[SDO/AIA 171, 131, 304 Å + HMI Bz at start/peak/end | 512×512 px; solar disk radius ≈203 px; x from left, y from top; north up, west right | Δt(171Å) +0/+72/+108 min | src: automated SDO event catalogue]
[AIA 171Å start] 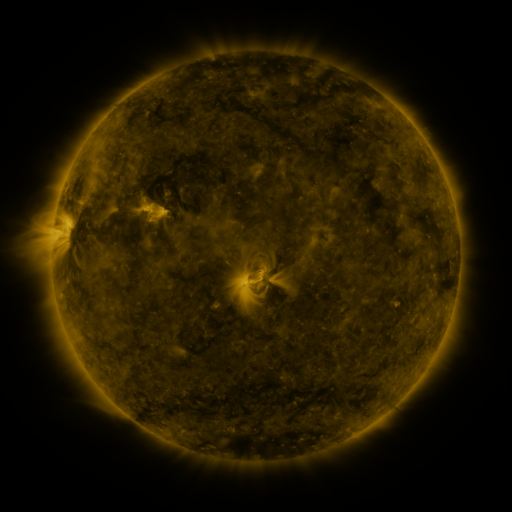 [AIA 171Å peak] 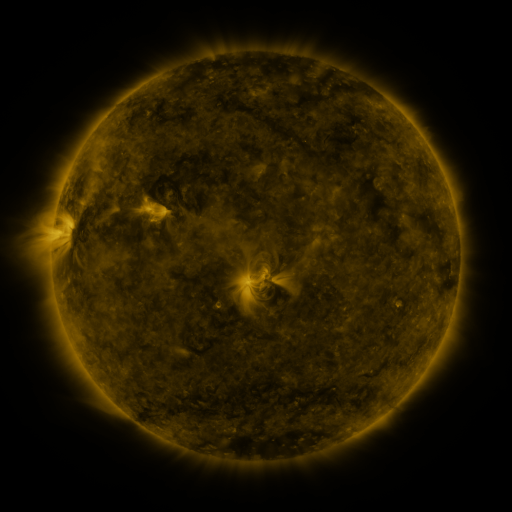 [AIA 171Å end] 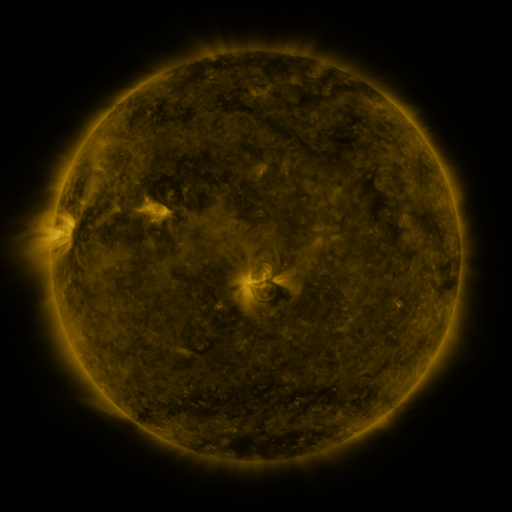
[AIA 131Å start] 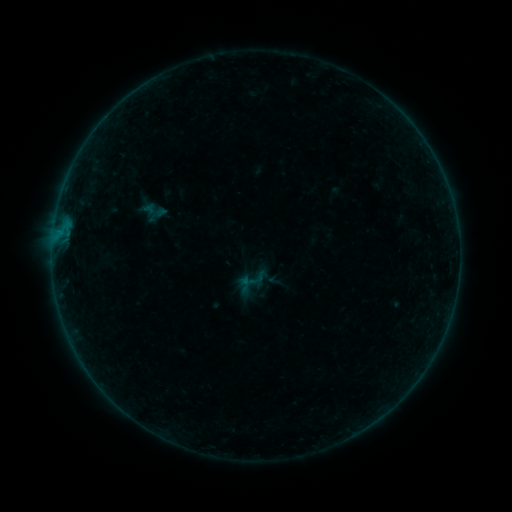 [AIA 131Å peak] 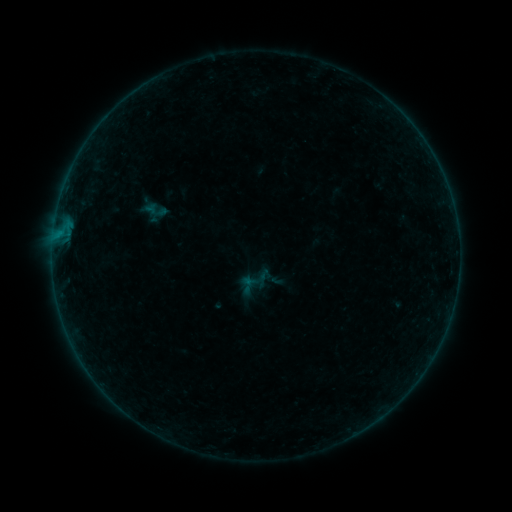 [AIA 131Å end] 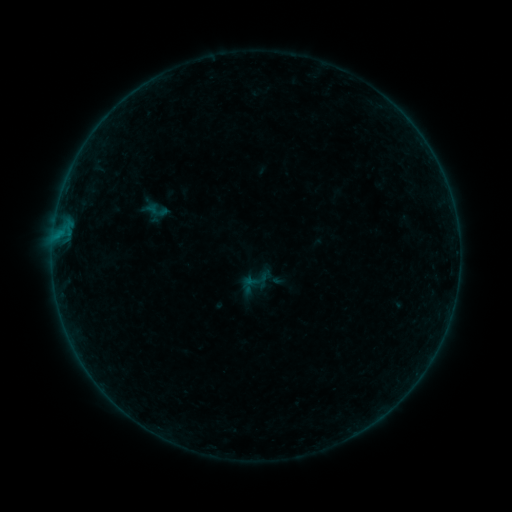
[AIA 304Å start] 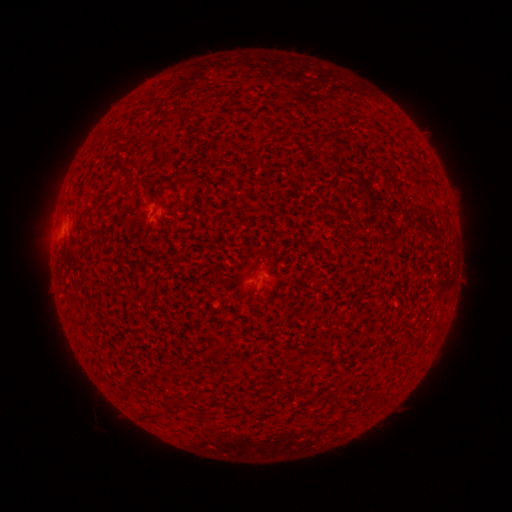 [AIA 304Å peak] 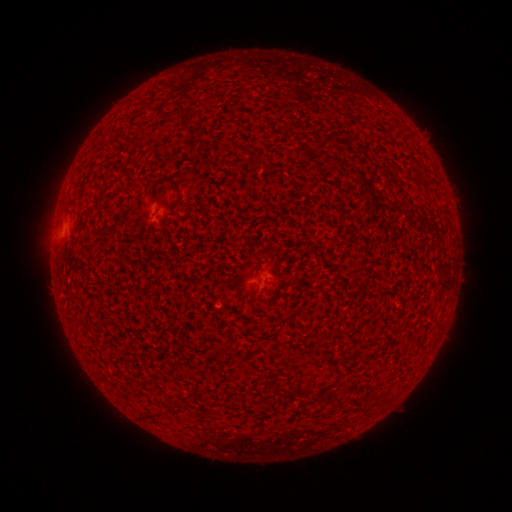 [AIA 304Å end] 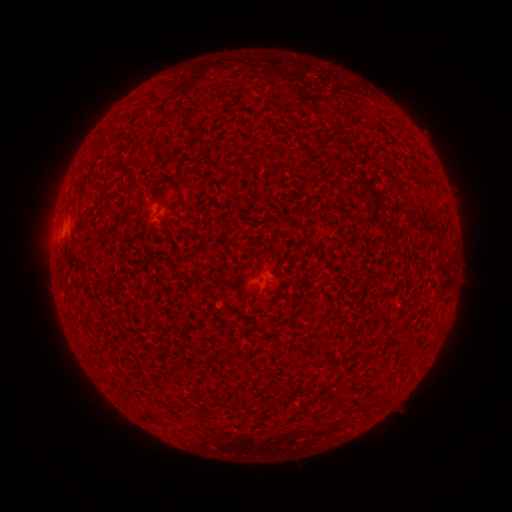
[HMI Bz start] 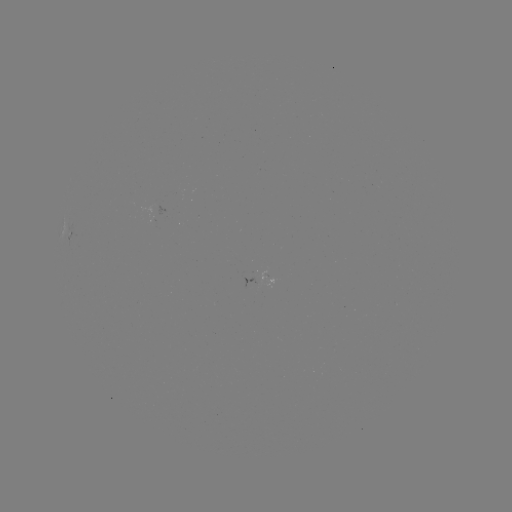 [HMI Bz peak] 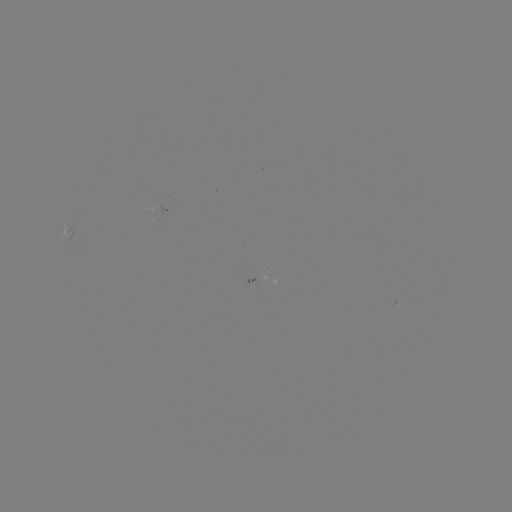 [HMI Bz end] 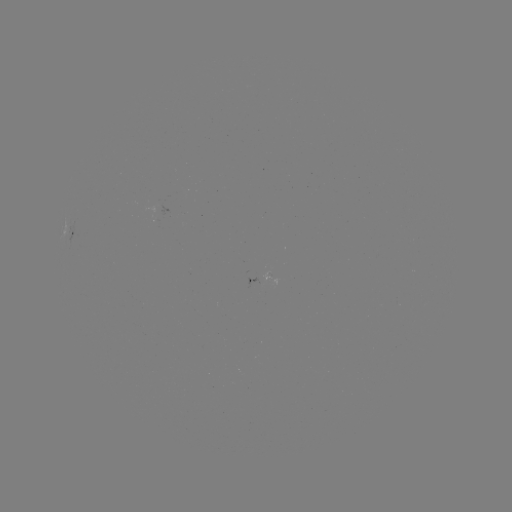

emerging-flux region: <bbox>261, 272, 269, 288</bbox>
